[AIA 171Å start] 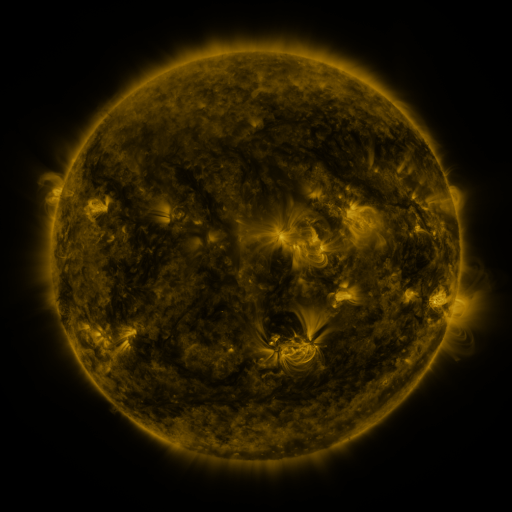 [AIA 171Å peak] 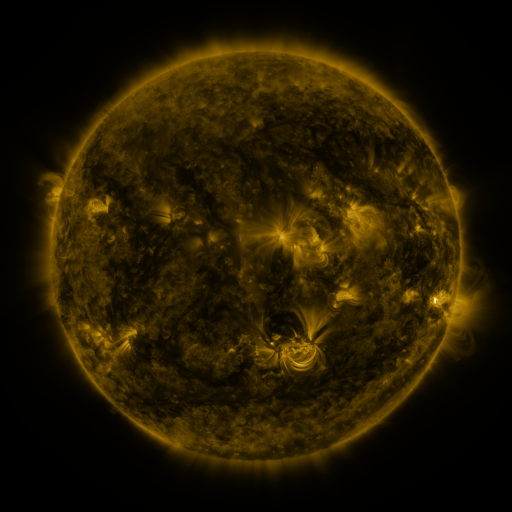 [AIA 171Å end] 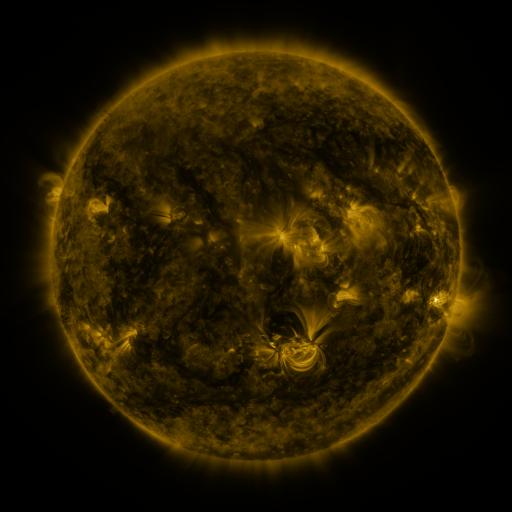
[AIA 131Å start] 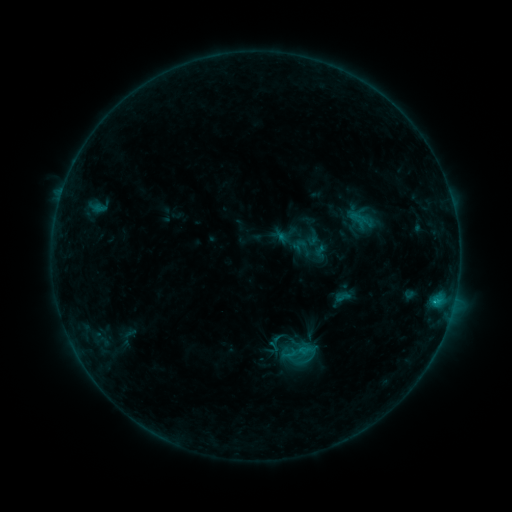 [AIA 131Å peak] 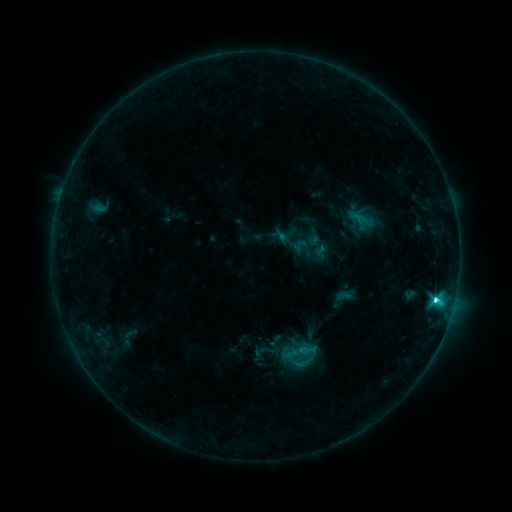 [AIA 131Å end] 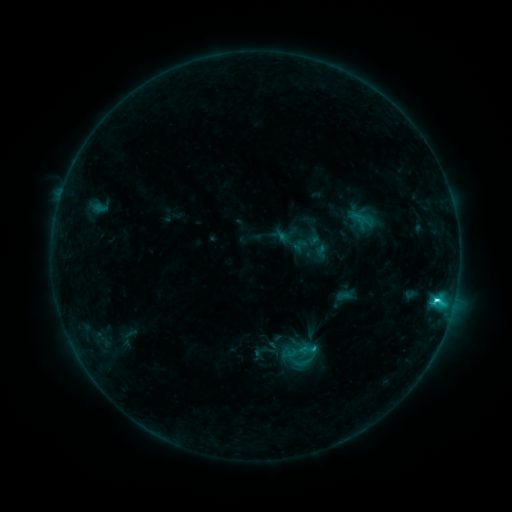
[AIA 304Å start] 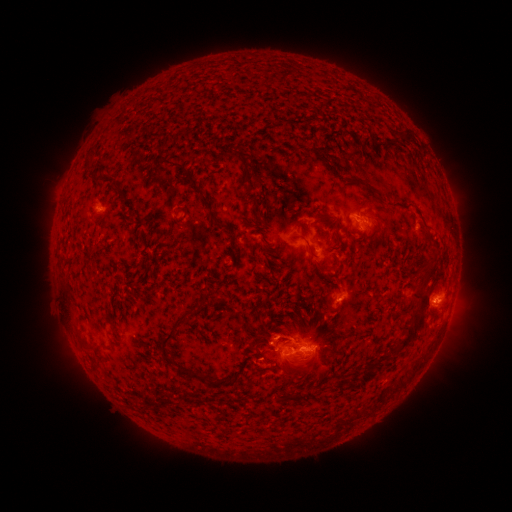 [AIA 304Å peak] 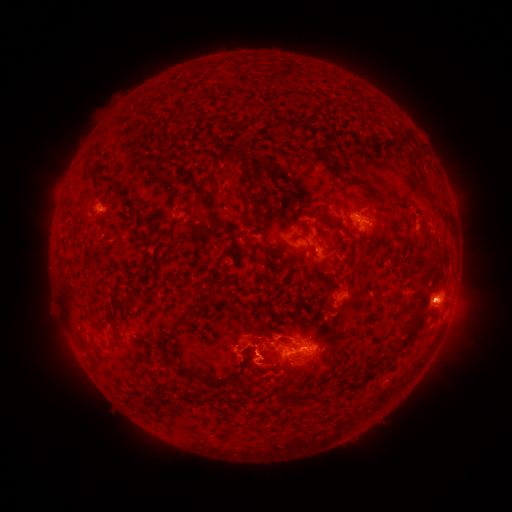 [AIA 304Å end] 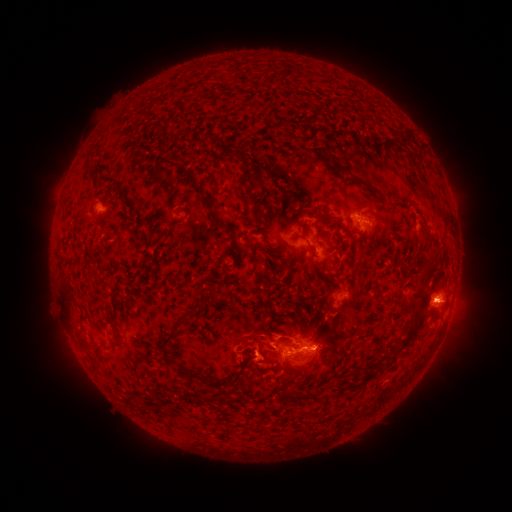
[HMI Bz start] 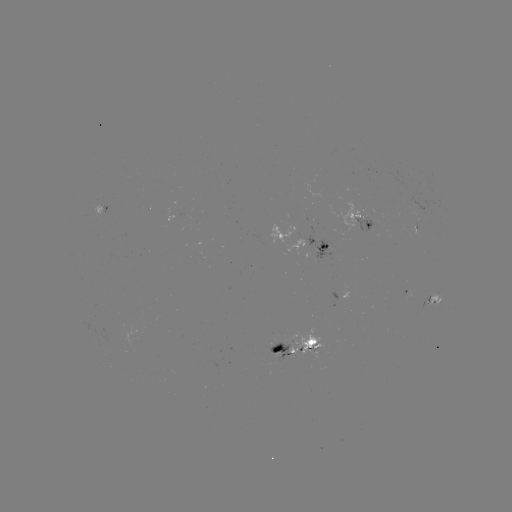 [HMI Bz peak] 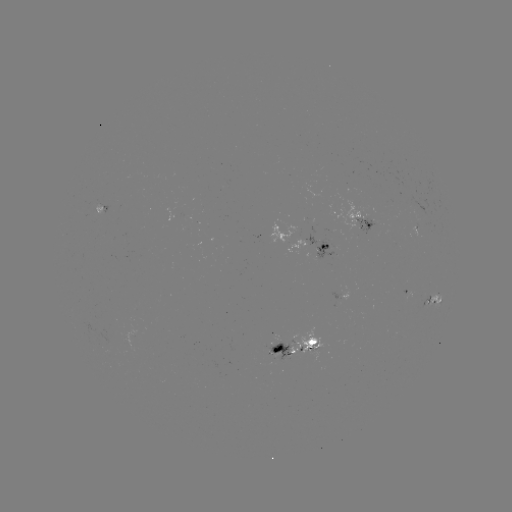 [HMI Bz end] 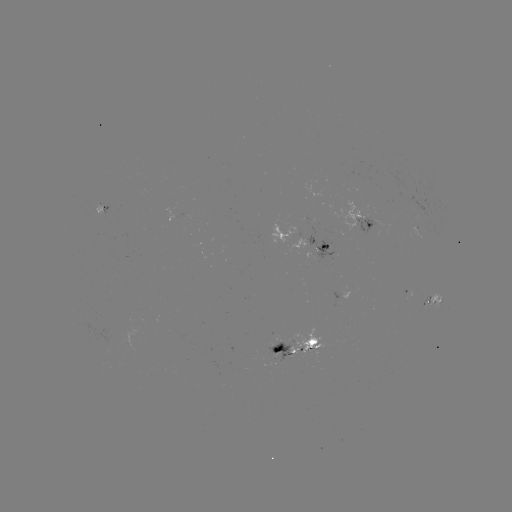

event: flare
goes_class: C4.1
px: (435, 298)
